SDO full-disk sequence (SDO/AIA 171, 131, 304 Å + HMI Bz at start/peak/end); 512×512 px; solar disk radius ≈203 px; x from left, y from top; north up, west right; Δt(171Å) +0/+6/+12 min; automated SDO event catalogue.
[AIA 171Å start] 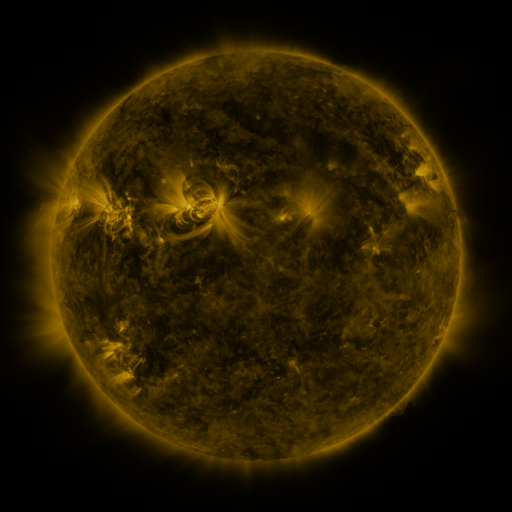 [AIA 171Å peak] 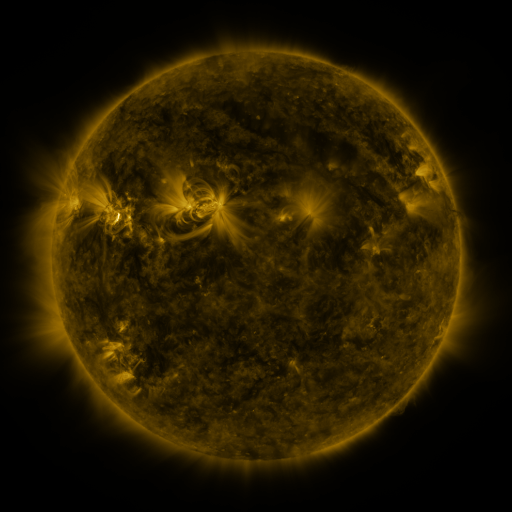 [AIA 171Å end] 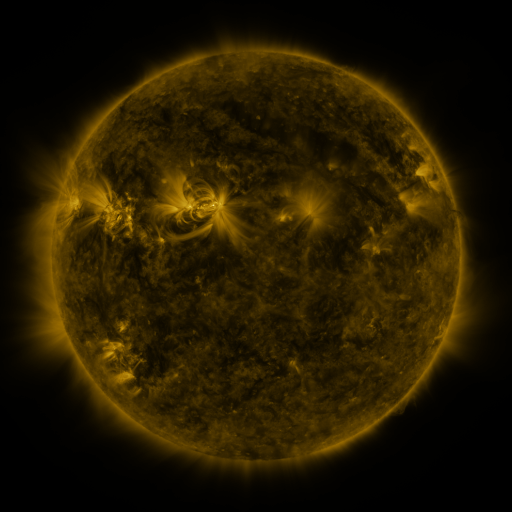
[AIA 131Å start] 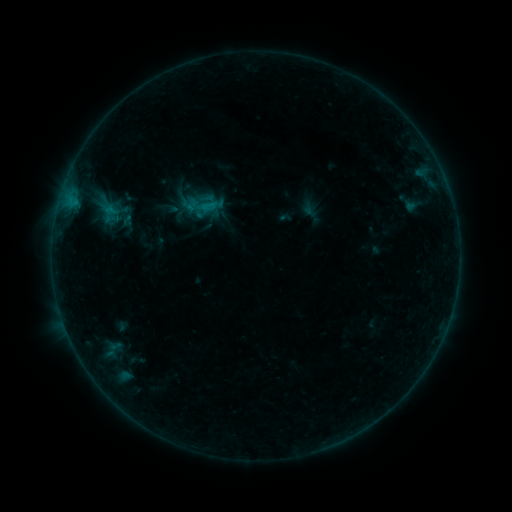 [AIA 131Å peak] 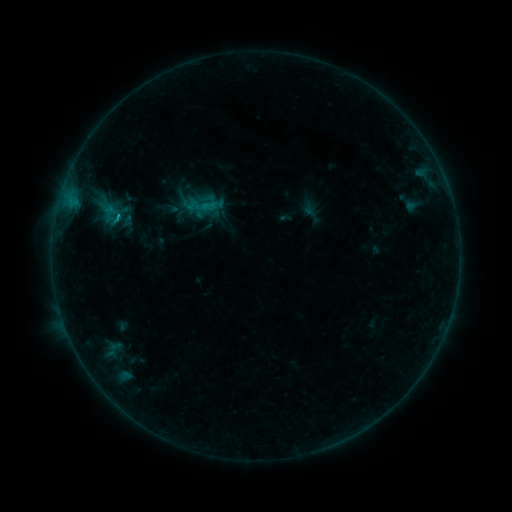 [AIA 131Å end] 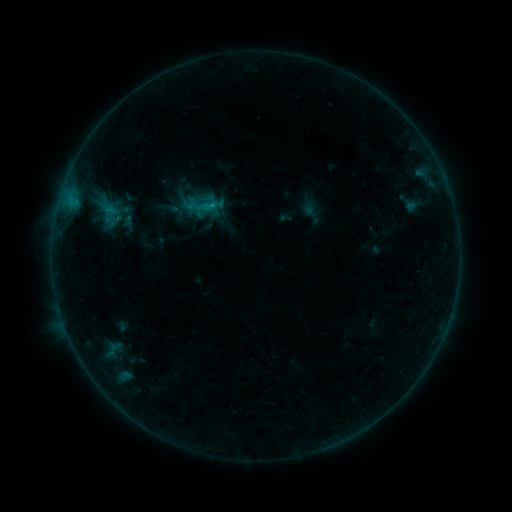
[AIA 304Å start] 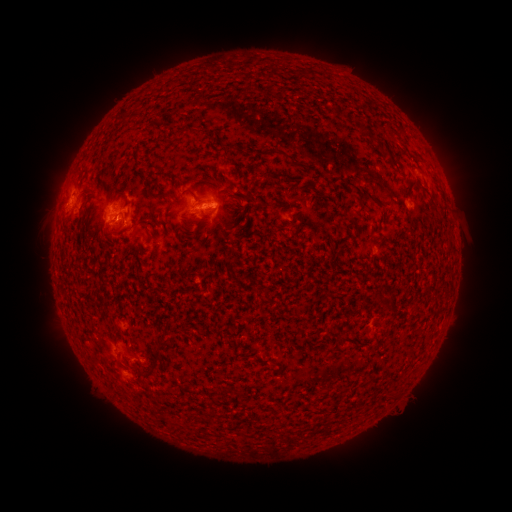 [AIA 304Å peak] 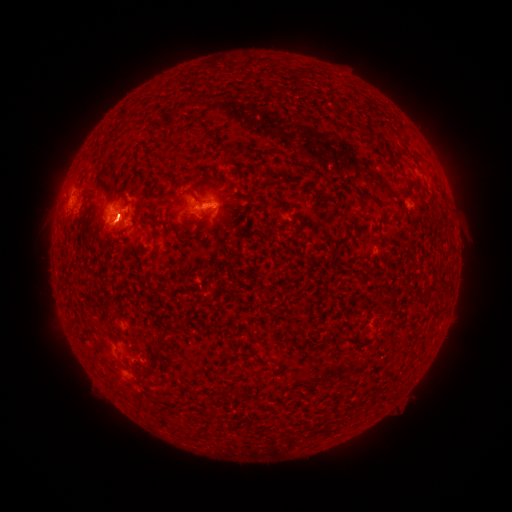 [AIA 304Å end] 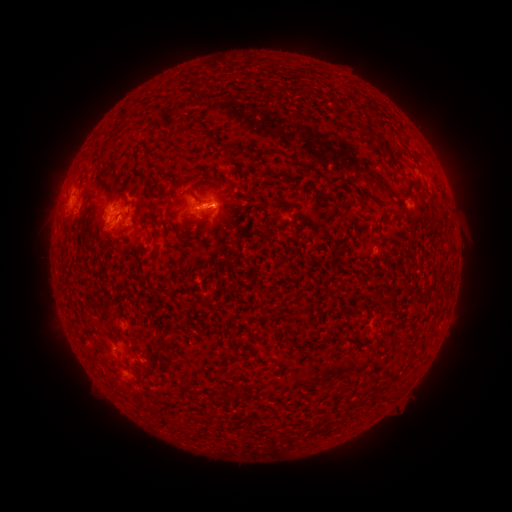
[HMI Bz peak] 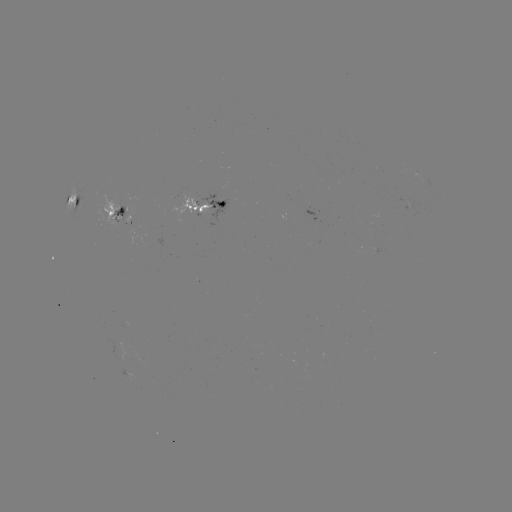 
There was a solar flare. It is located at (118, 220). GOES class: B8.9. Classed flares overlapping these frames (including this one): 2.